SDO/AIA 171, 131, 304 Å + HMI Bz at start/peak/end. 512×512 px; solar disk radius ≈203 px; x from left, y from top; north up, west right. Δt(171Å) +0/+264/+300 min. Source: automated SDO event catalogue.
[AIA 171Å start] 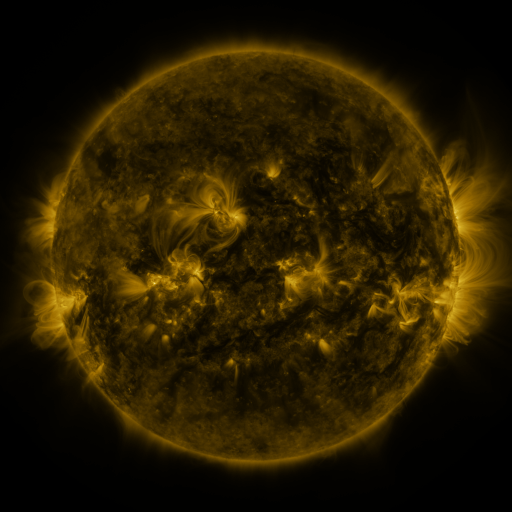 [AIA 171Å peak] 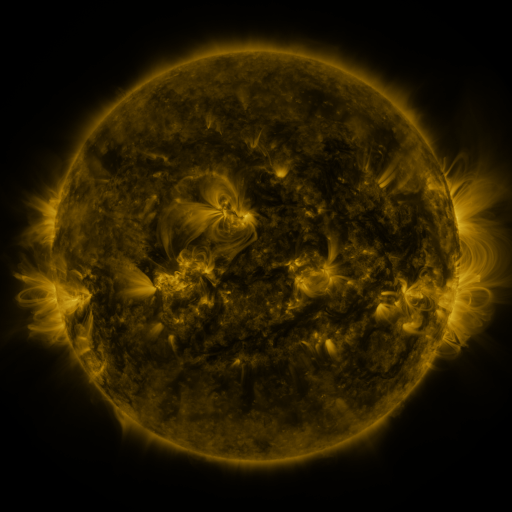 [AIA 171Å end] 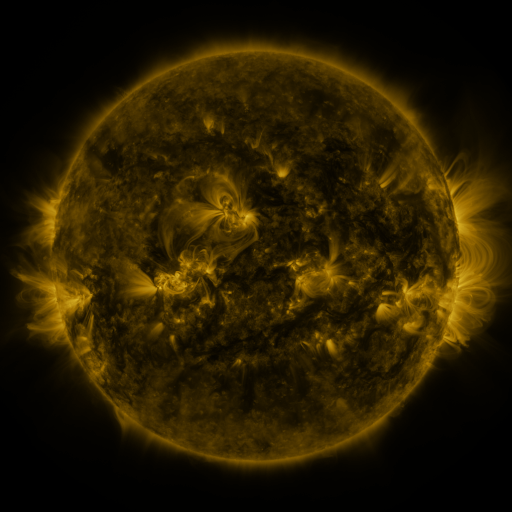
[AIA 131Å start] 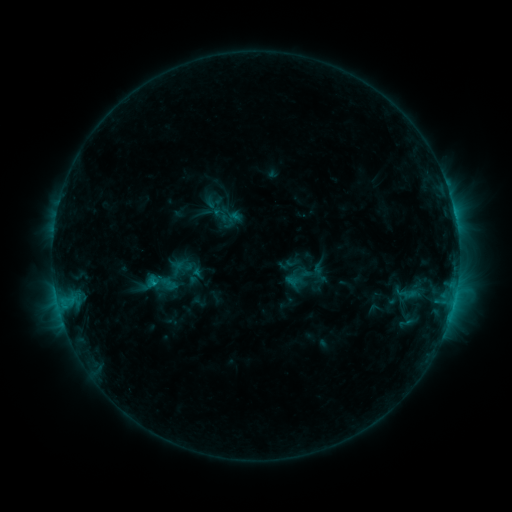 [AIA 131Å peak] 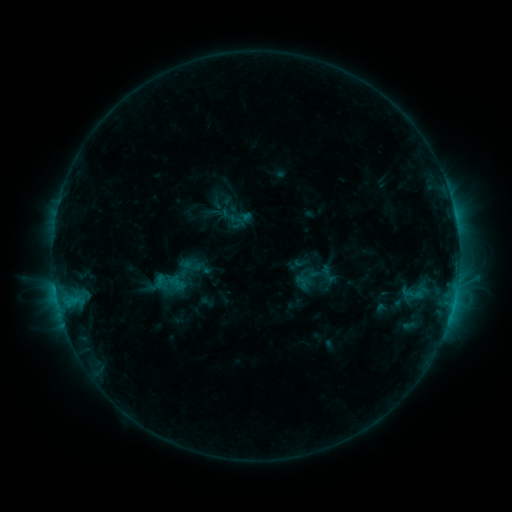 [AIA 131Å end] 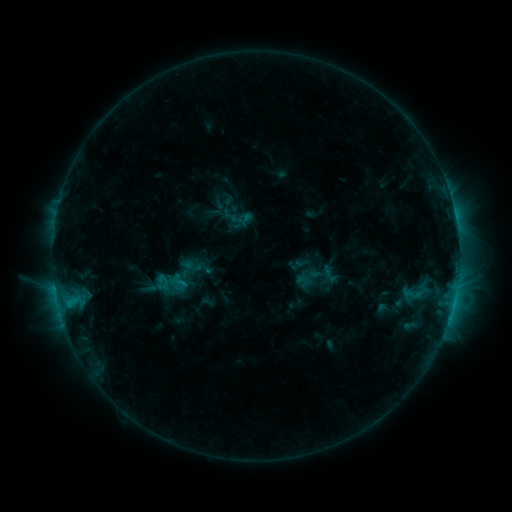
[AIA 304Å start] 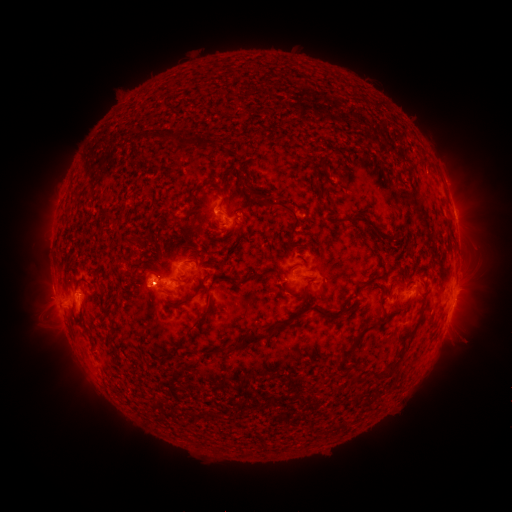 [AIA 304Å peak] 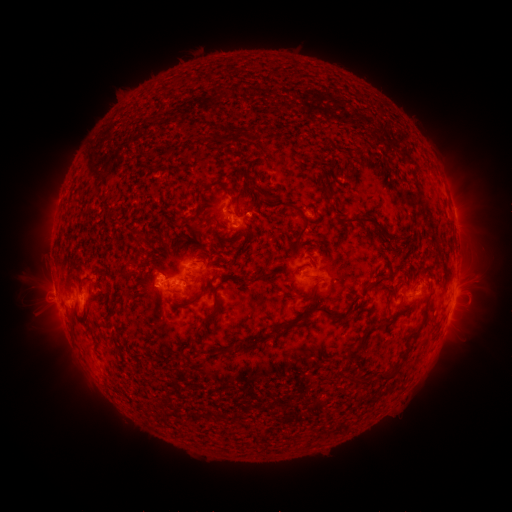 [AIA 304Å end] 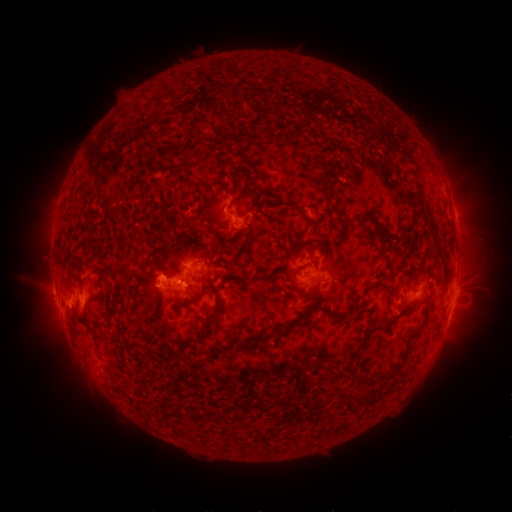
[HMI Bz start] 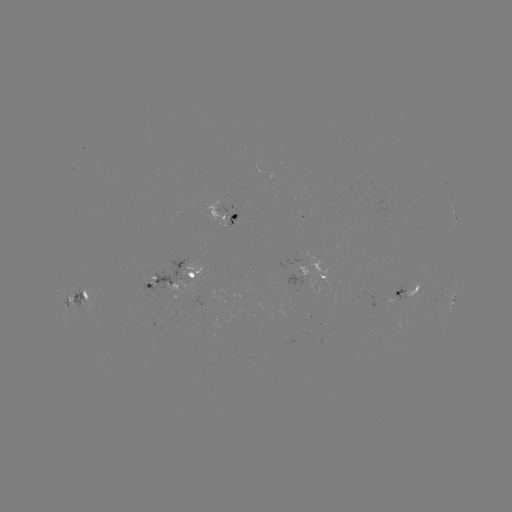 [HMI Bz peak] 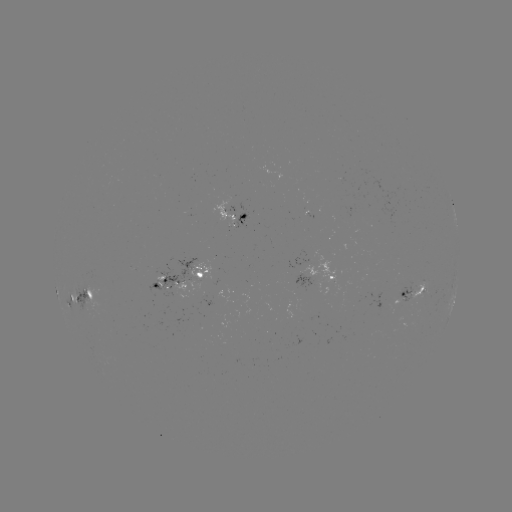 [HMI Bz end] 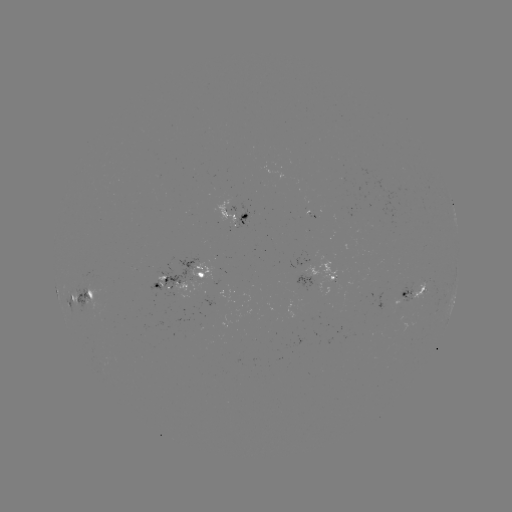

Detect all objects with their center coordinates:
emerging-flux region: (341, 180)
